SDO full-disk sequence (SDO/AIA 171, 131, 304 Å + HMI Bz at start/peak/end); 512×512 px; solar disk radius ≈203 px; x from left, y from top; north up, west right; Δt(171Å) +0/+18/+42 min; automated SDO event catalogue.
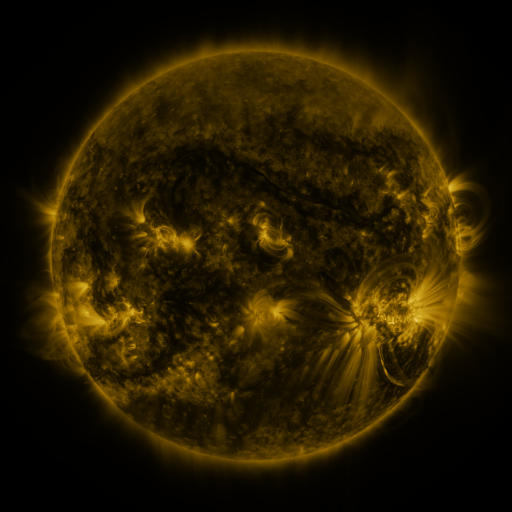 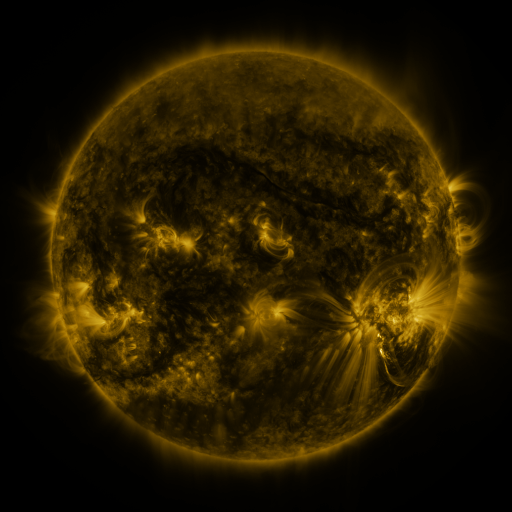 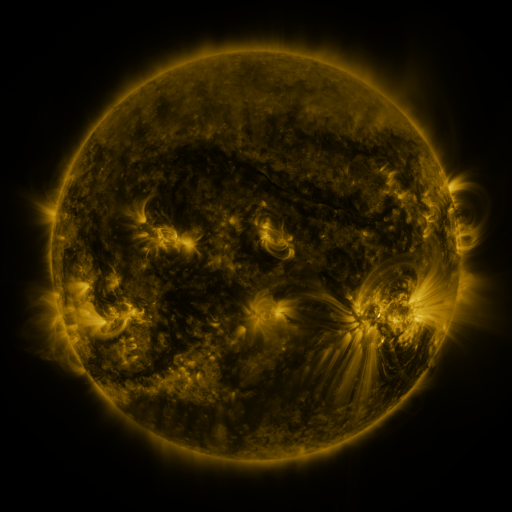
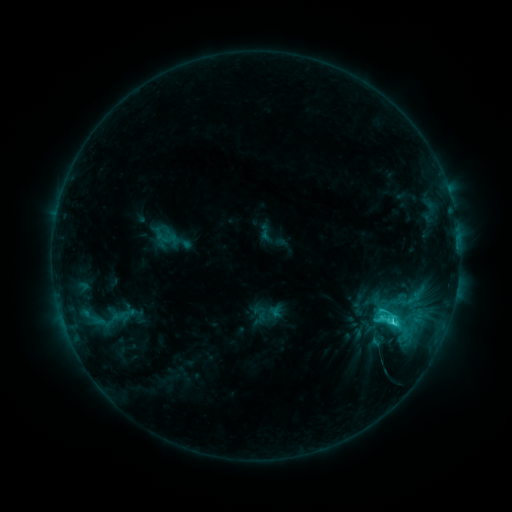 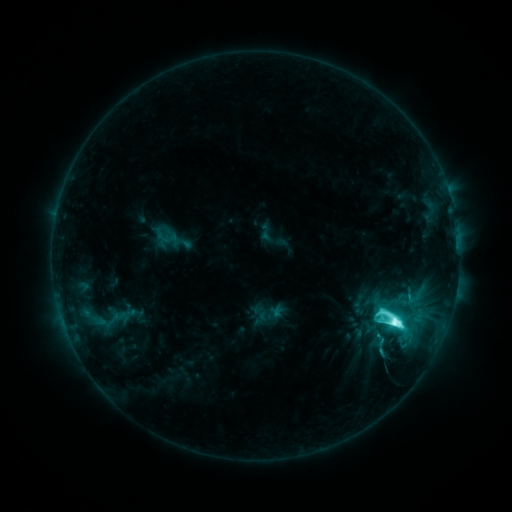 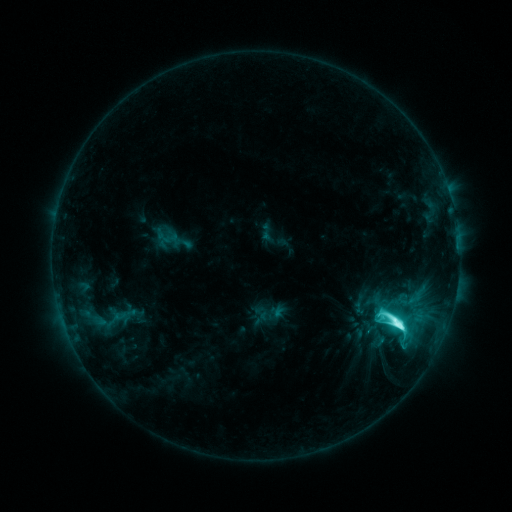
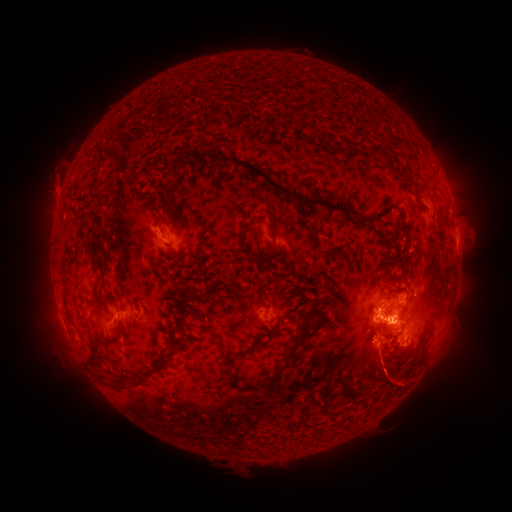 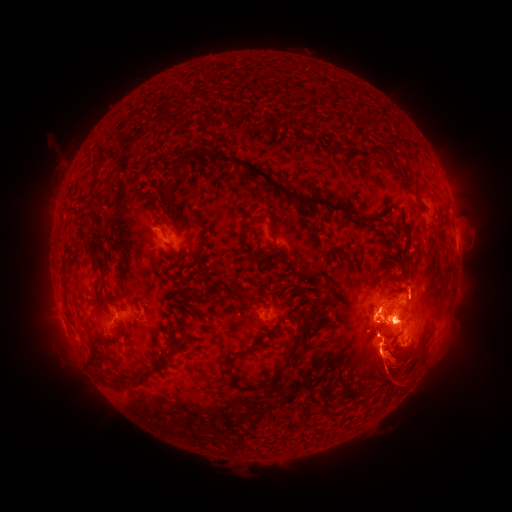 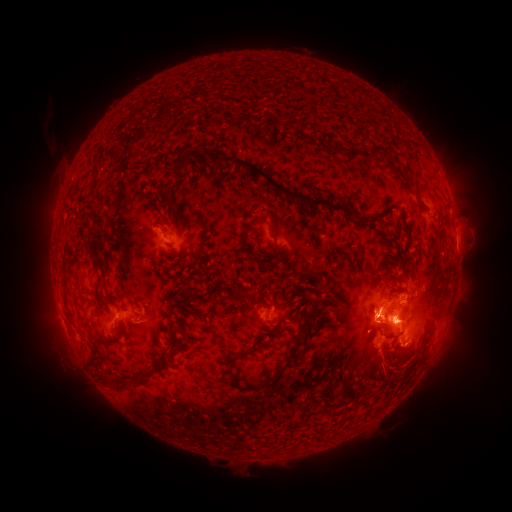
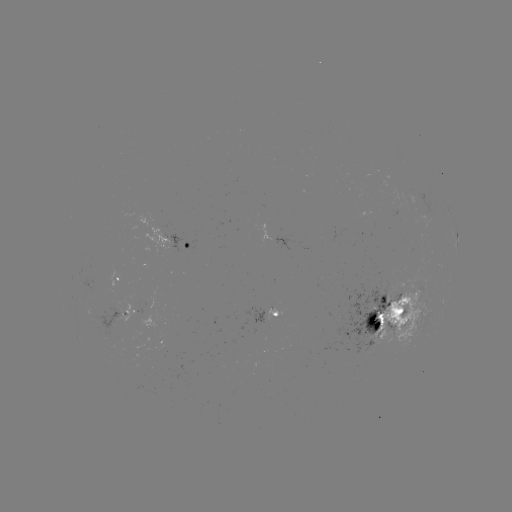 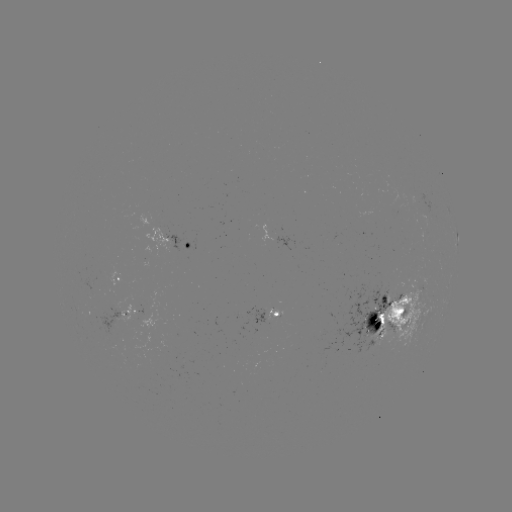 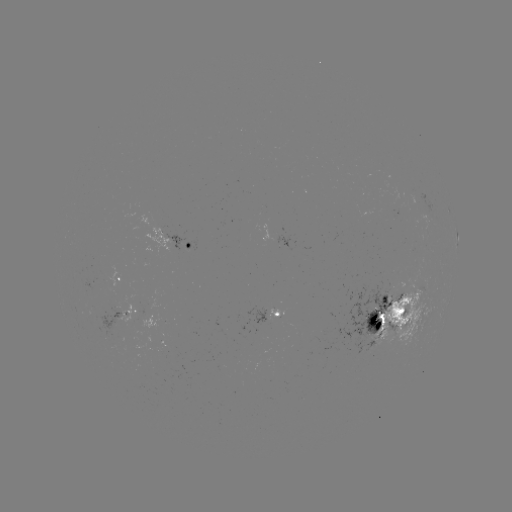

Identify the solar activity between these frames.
M2.4 flare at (395, 320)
